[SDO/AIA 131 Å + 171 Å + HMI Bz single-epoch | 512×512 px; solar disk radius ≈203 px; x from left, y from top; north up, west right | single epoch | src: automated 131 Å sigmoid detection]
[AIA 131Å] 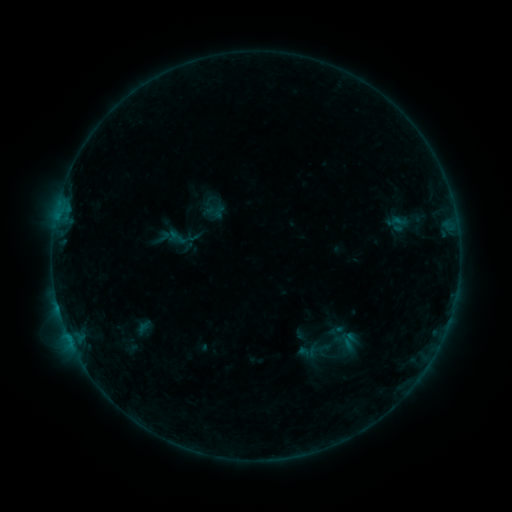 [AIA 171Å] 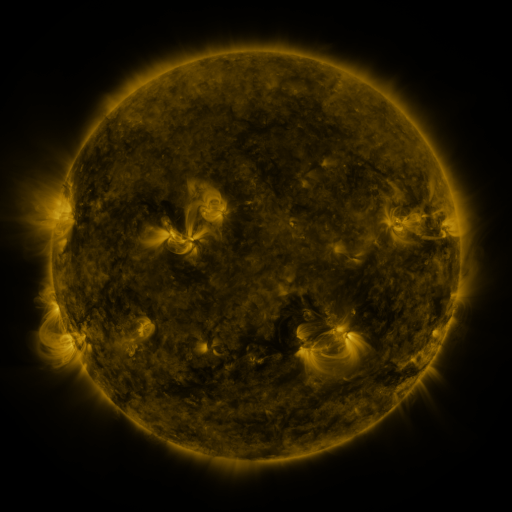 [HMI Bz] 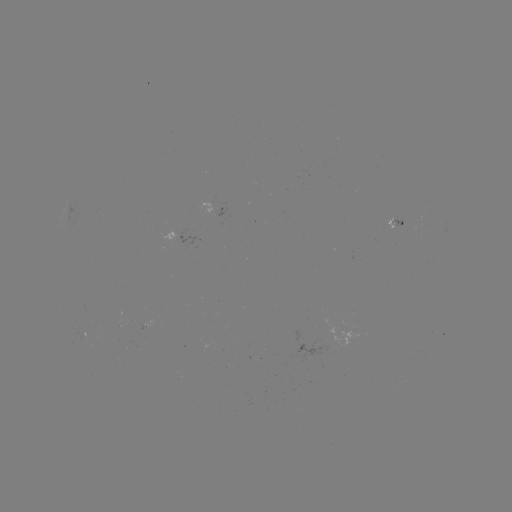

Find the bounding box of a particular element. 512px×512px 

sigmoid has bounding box [305, 342, 323, 359].